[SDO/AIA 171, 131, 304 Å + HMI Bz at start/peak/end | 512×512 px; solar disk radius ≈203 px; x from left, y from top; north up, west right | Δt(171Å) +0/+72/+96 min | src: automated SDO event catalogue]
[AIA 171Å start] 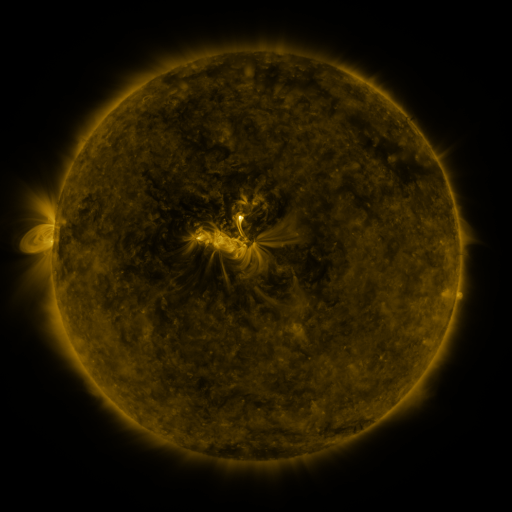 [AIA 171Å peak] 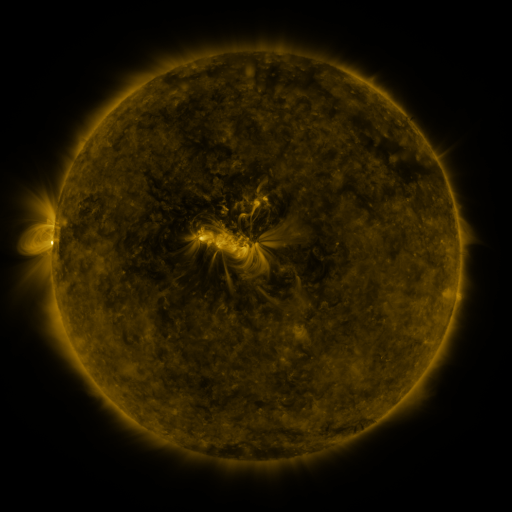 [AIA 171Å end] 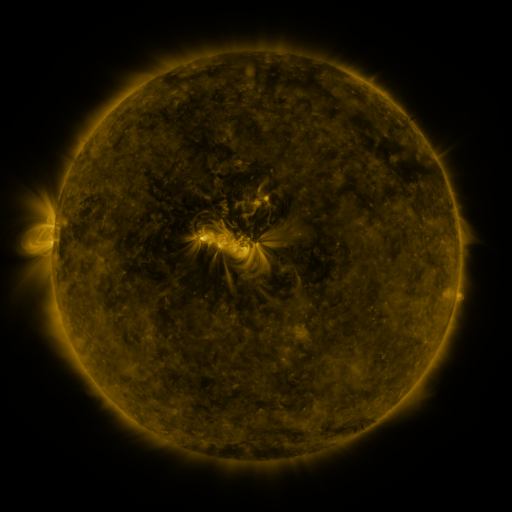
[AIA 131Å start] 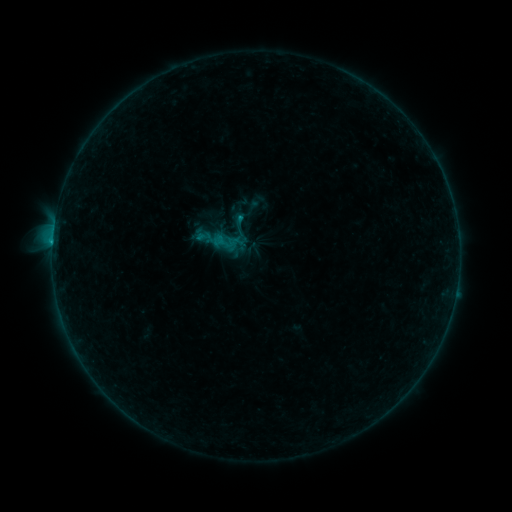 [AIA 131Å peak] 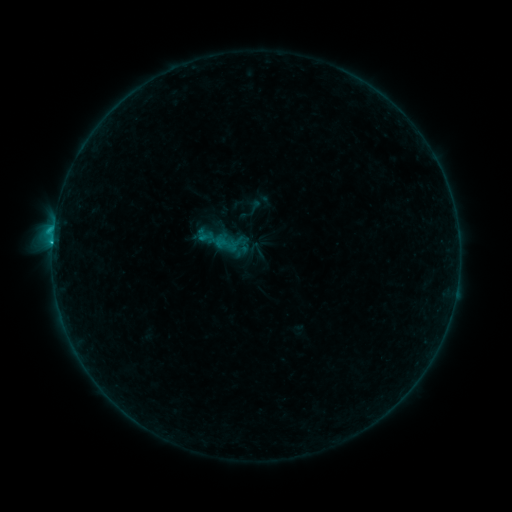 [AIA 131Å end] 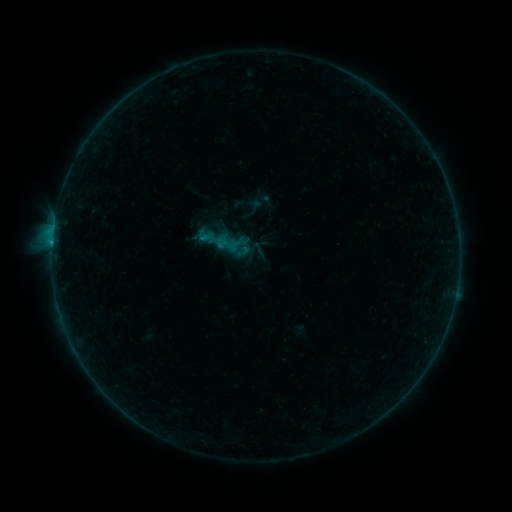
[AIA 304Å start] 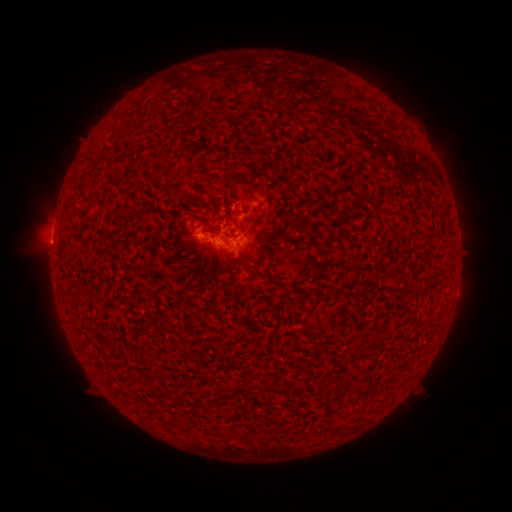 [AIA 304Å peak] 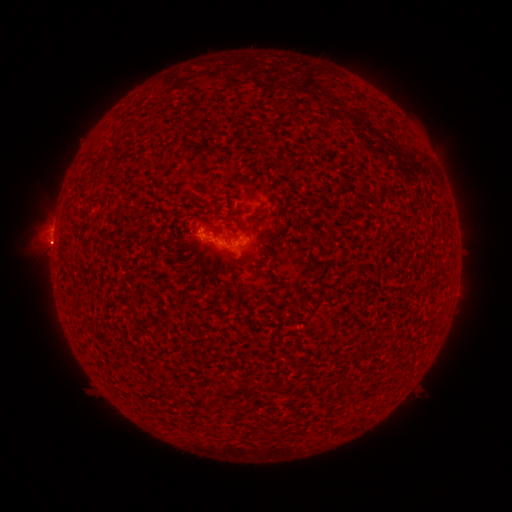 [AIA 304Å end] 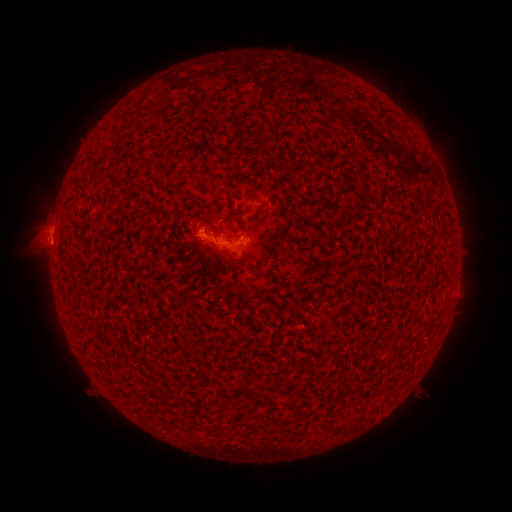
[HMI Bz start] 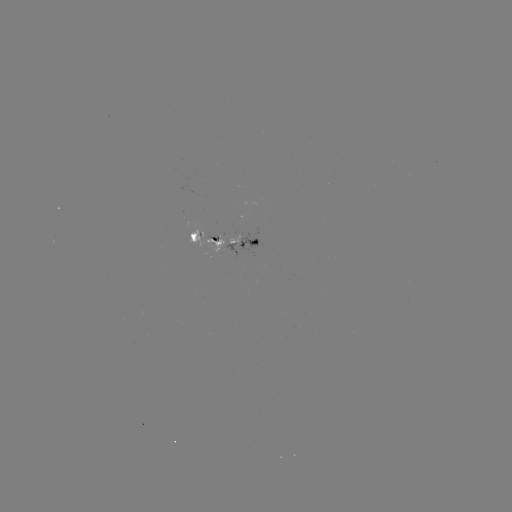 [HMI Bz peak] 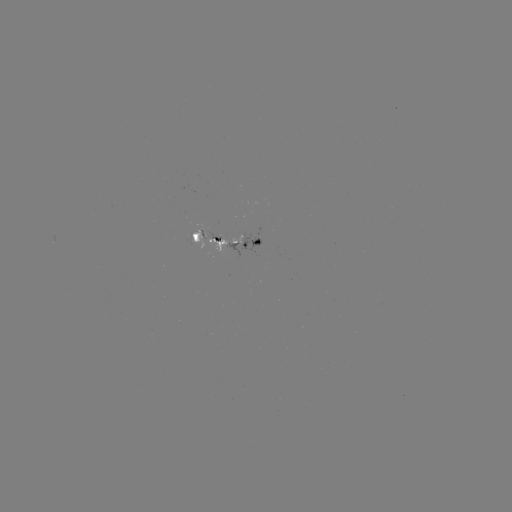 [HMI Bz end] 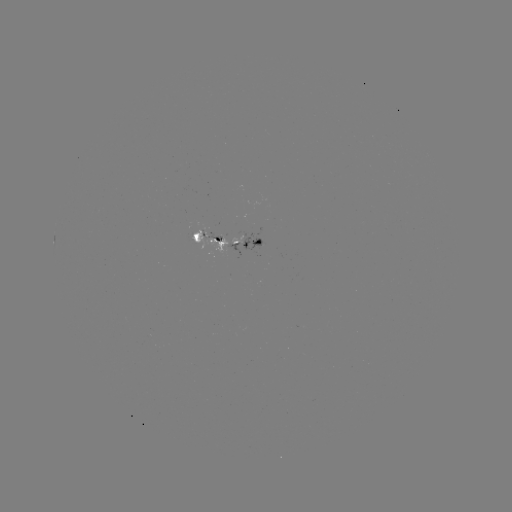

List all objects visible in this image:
emerging-flux region: (204, 238)
